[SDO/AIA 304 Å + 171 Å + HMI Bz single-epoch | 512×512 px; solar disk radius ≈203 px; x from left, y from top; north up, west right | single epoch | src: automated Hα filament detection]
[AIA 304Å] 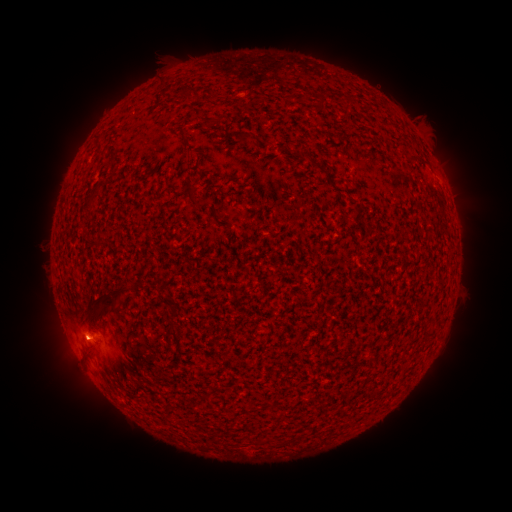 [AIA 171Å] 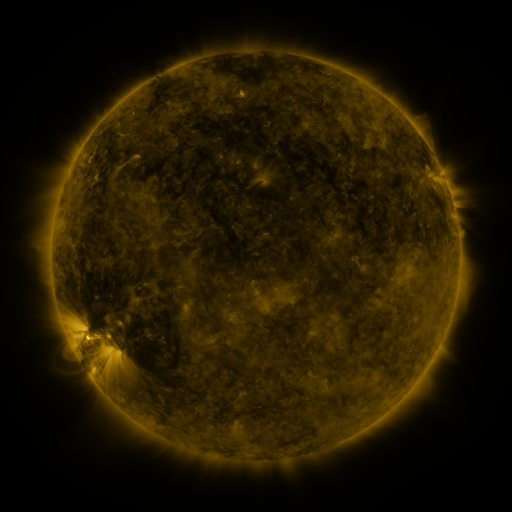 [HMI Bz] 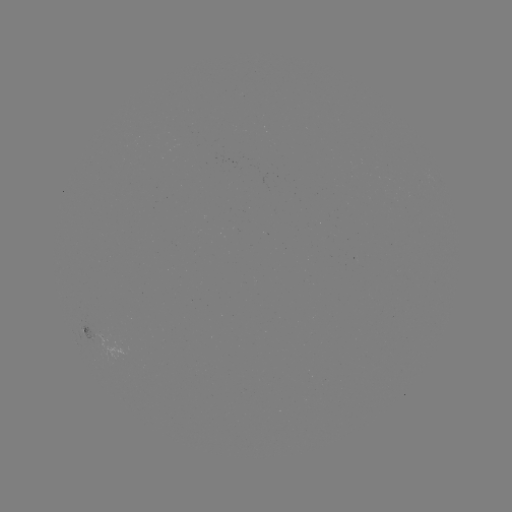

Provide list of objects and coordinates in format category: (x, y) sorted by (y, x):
filament: (324, 101)
filament: (216, 120)
filament: (325, 174)
filament: (95, 190)
filament: (239, 208)
filament: (371, 231)
filament: (111, 298)
filament: (90, 347)
